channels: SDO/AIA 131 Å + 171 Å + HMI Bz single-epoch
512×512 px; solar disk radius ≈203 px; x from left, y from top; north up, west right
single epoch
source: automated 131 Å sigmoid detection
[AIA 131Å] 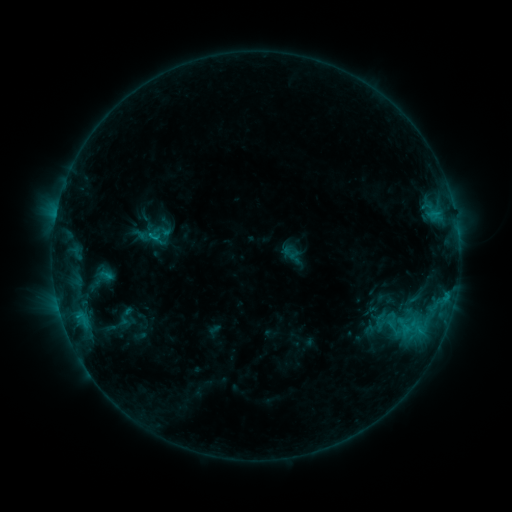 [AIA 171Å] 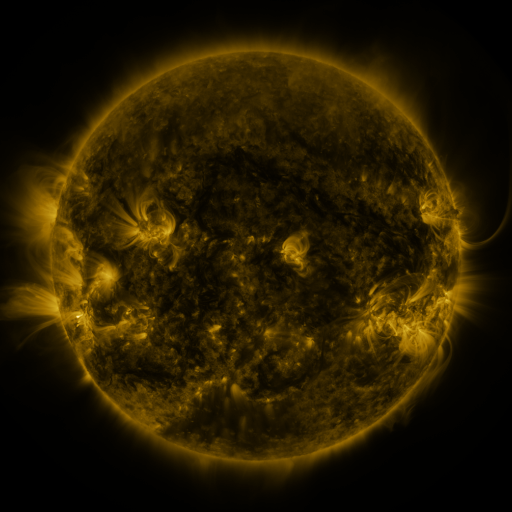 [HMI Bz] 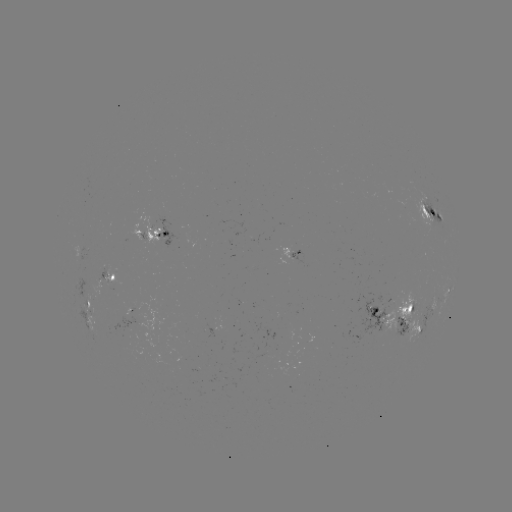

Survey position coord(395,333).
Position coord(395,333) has sigmoid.